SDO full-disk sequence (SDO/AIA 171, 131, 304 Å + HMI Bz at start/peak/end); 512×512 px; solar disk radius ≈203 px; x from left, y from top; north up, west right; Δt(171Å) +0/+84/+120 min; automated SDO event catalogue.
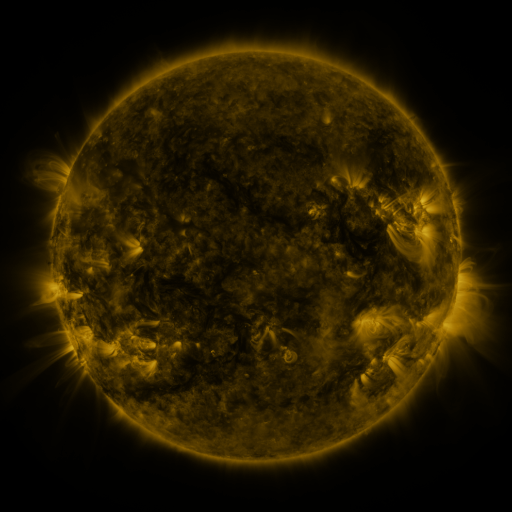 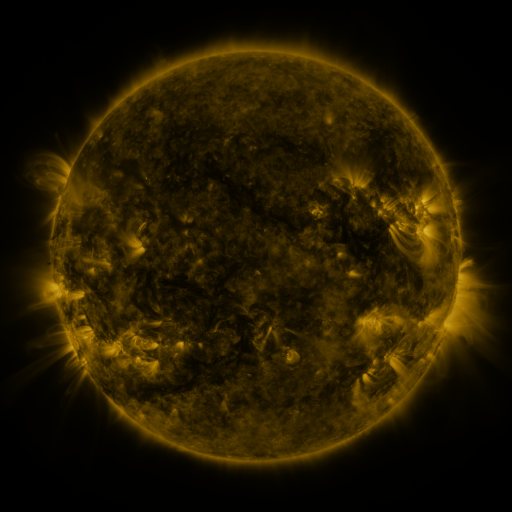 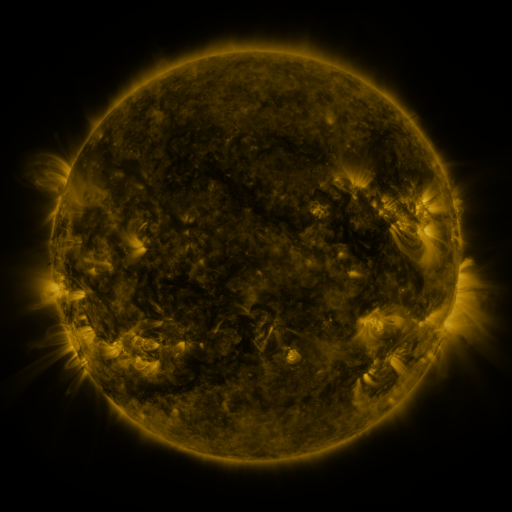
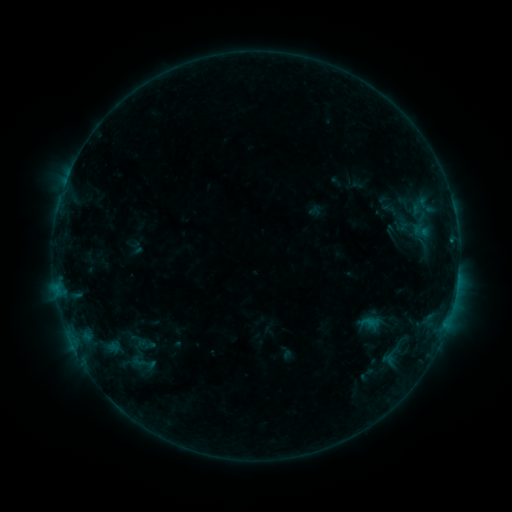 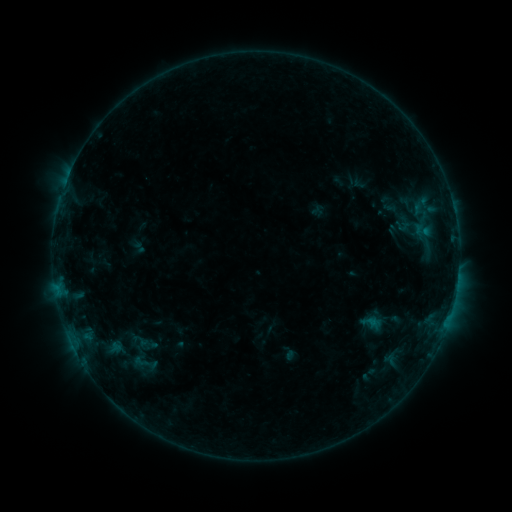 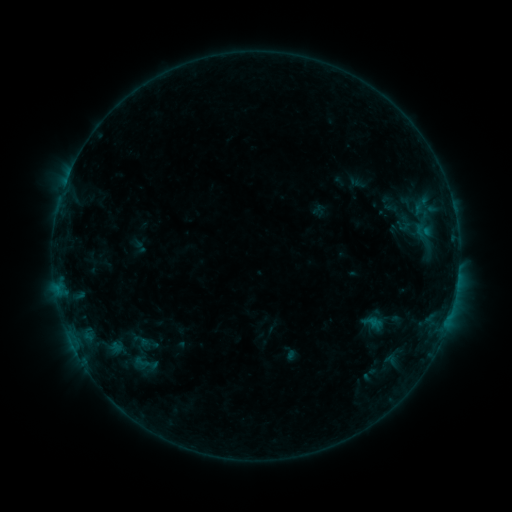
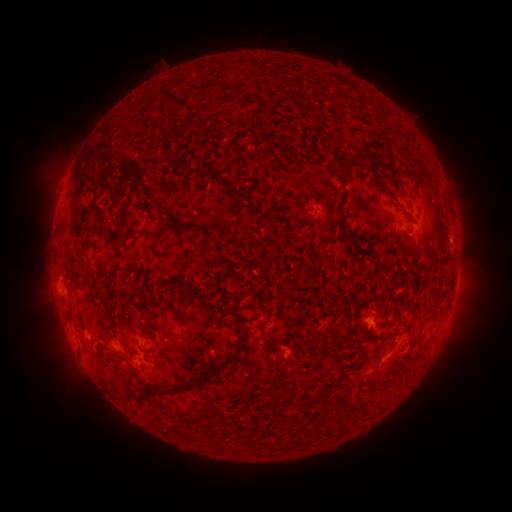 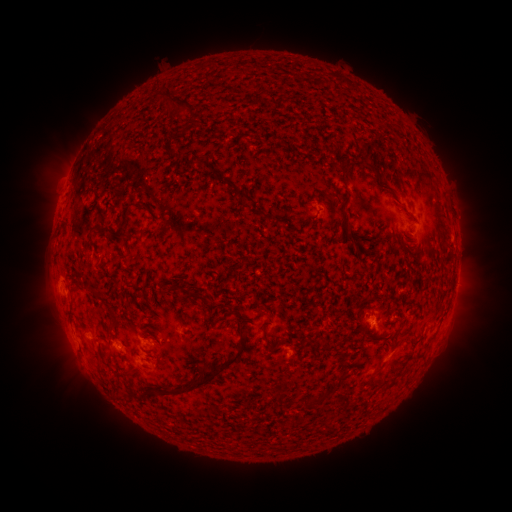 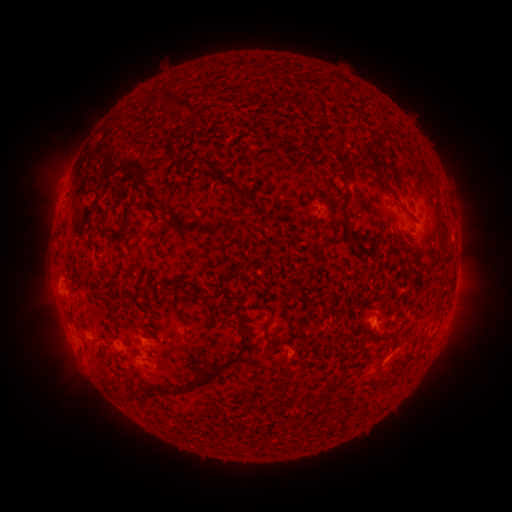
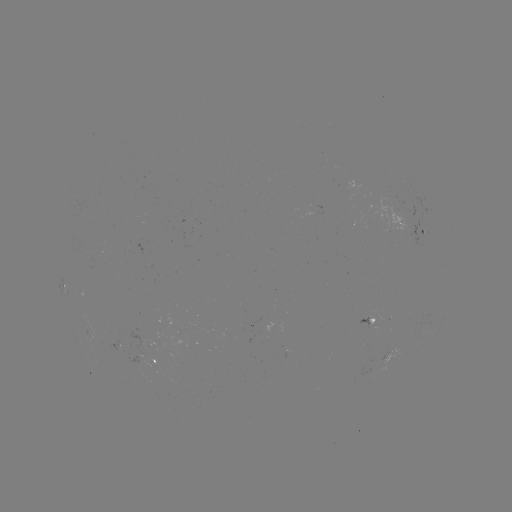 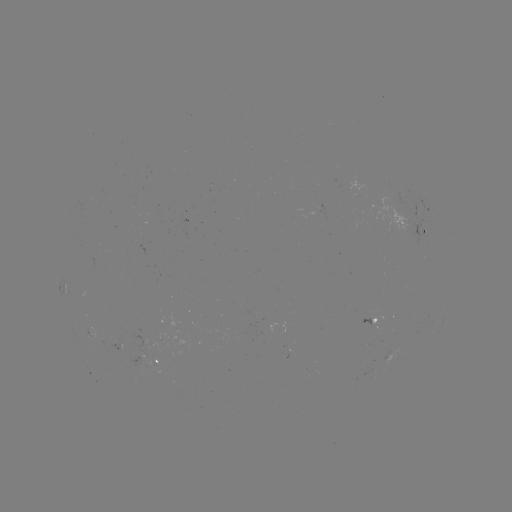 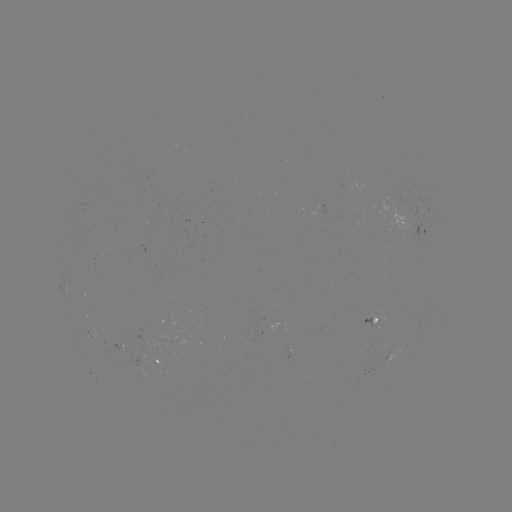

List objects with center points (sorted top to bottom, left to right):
emerging-flux region: (119, 345)
